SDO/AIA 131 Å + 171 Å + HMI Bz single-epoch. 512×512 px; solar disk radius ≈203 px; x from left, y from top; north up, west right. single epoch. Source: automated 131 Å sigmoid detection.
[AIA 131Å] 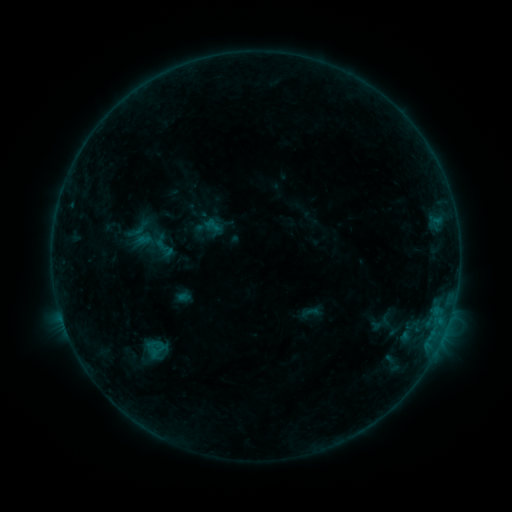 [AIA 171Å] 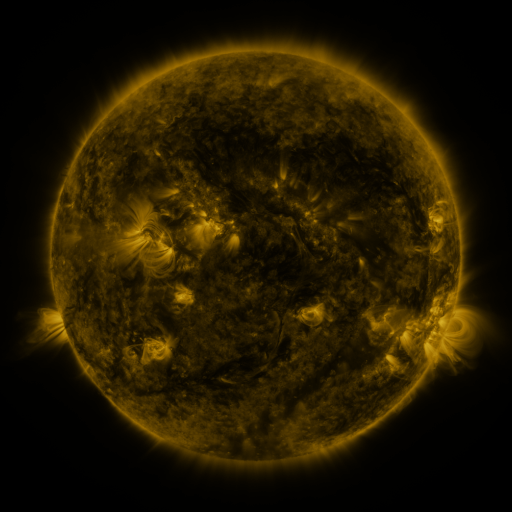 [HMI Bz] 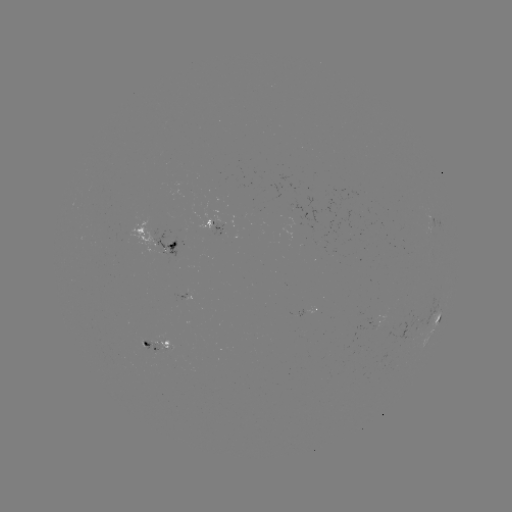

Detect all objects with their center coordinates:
sigmoid: (164, 248)
